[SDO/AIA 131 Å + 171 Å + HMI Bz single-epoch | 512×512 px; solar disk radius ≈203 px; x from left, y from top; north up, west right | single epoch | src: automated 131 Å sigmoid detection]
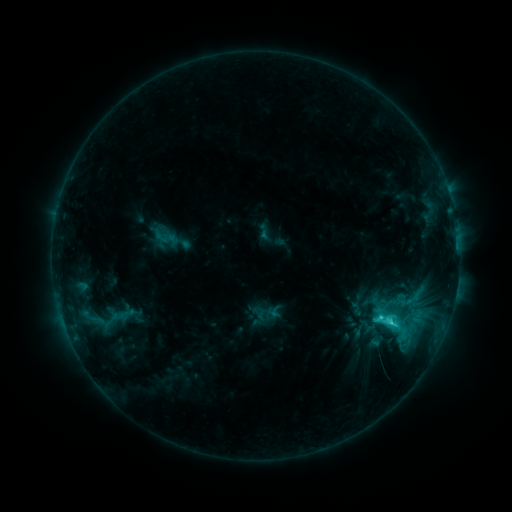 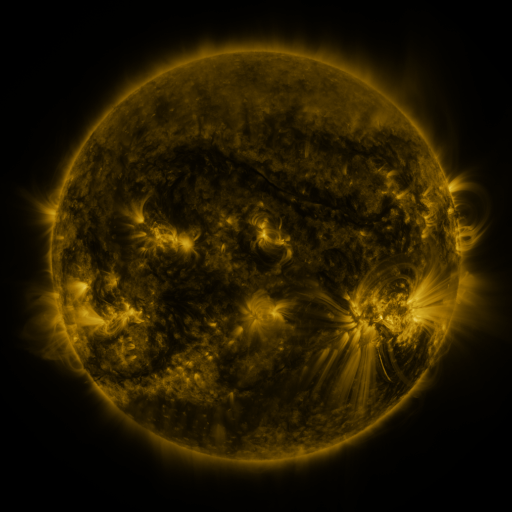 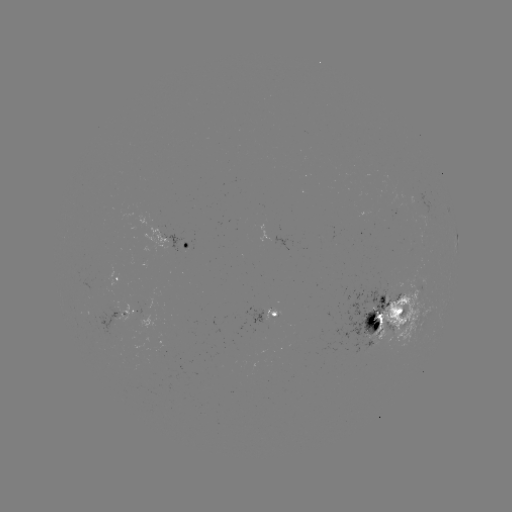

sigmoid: <bbox>366, 301, 424, 359</bbox>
